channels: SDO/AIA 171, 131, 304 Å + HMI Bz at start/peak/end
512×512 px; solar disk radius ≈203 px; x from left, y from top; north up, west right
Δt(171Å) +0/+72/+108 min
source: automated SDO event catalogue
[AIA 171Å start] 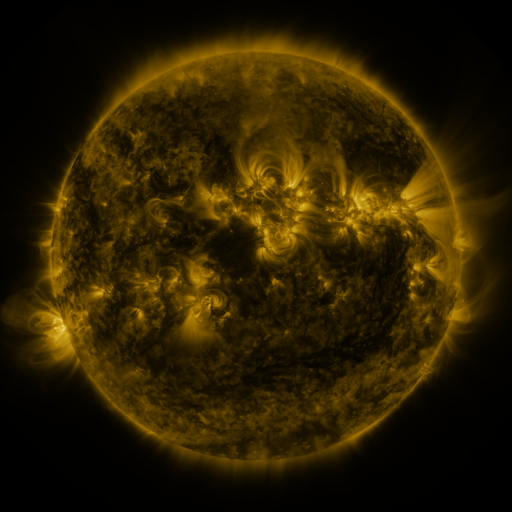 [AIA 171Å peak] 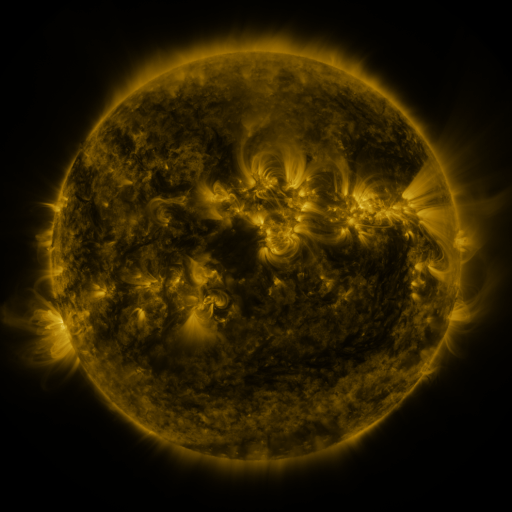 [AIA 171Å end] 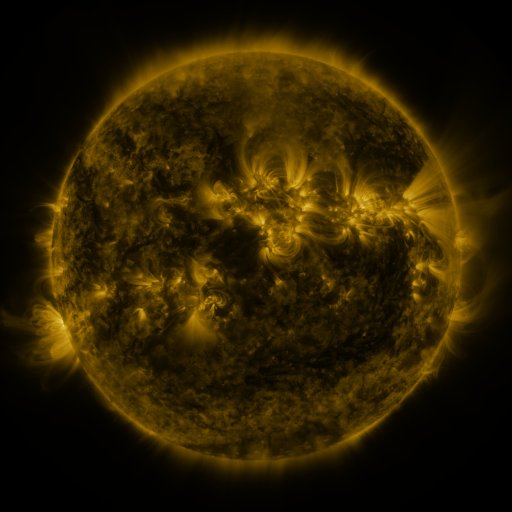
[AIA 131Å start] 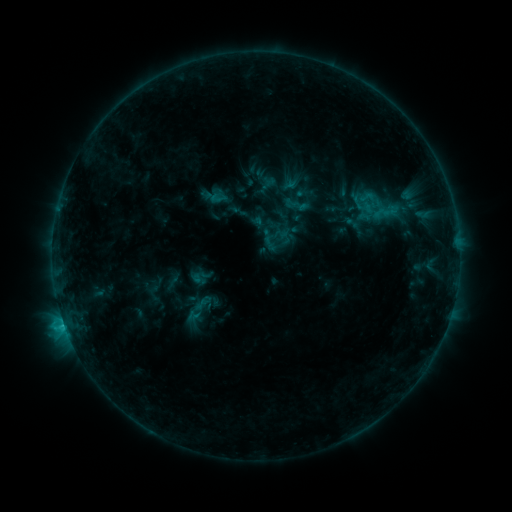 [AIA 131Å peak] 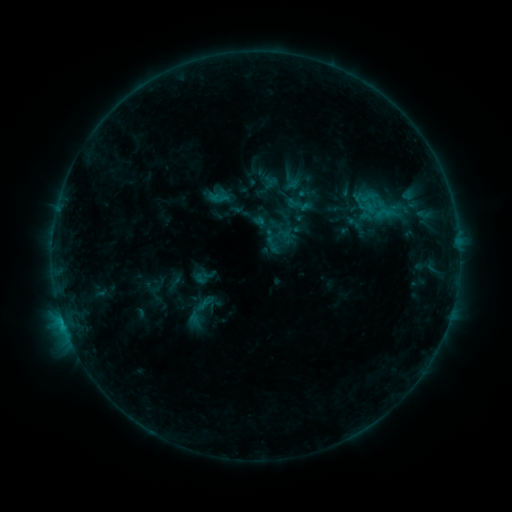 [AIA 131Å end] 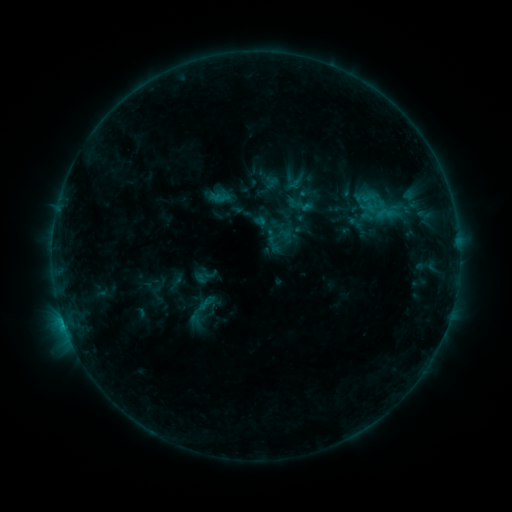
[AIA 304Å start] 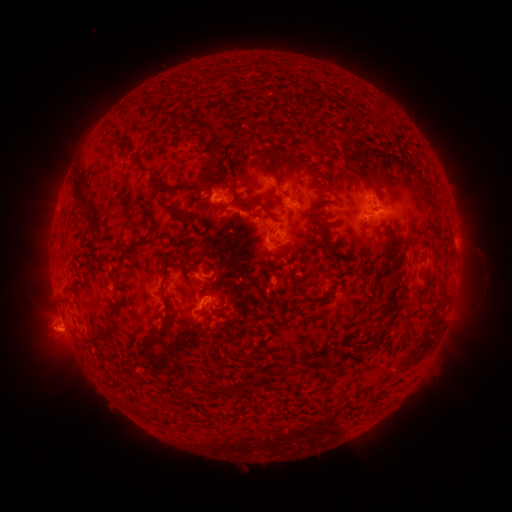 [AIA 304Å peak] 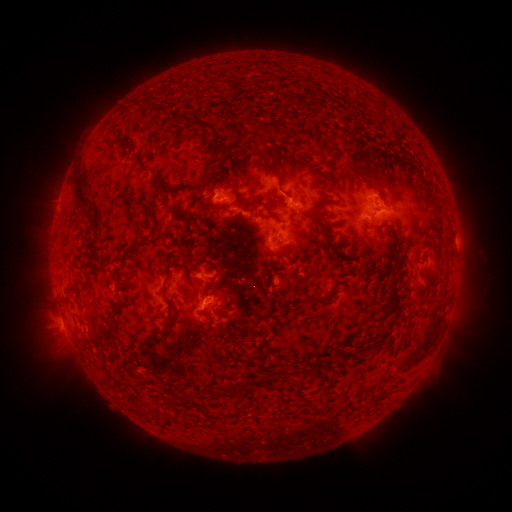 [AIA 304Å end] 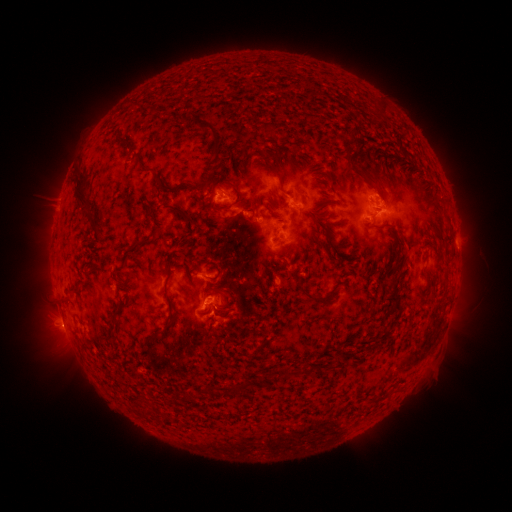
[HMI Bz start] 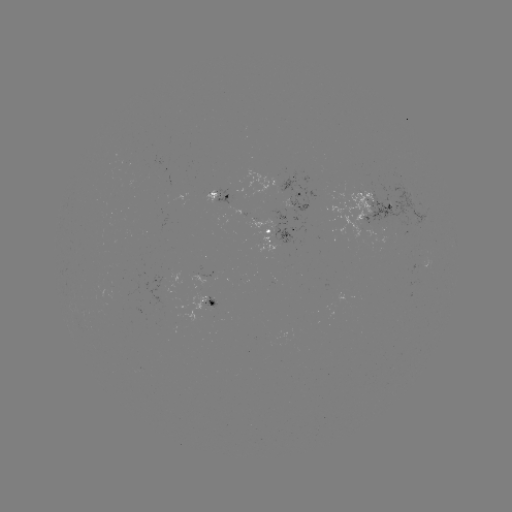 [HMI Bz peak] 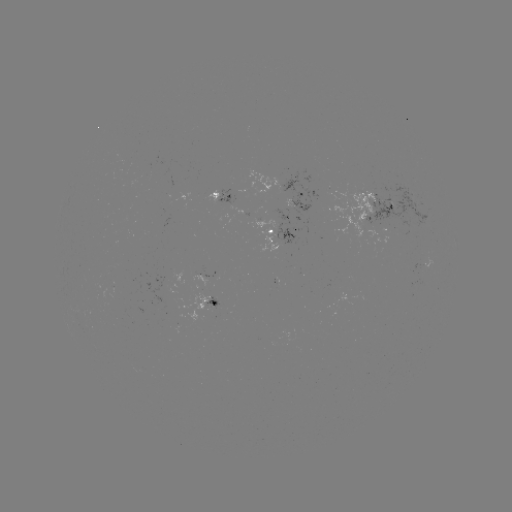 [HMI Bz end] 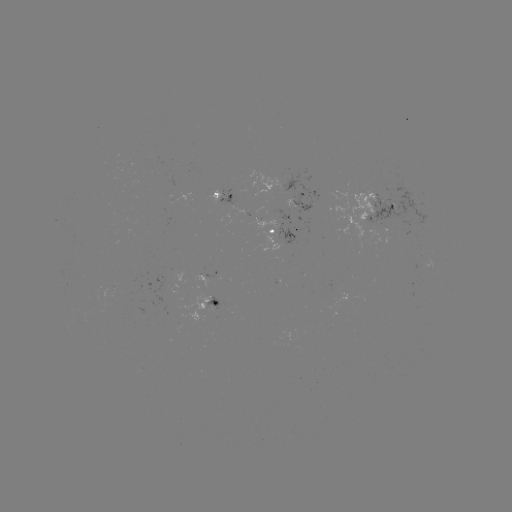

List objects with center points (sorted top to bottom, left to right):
emerging-flux region: (213, 306)
